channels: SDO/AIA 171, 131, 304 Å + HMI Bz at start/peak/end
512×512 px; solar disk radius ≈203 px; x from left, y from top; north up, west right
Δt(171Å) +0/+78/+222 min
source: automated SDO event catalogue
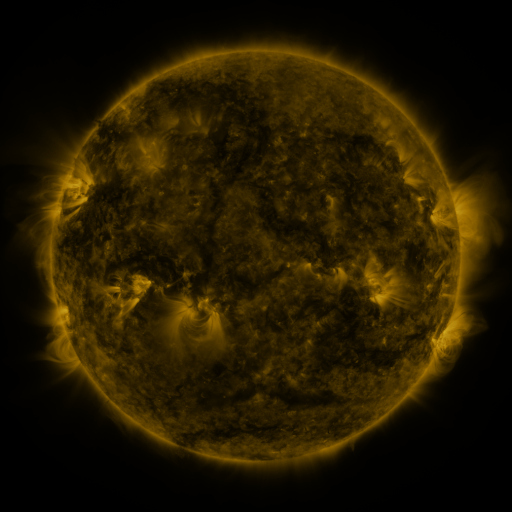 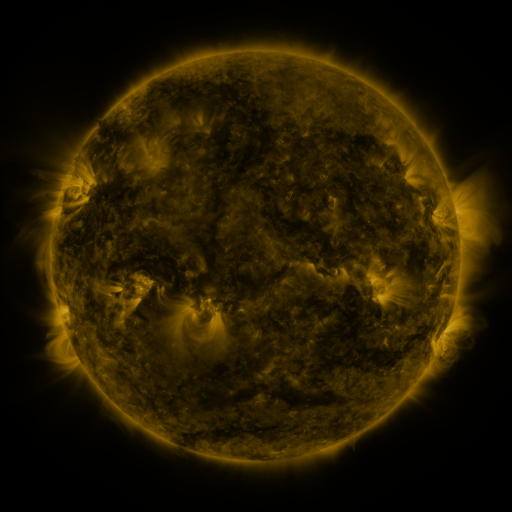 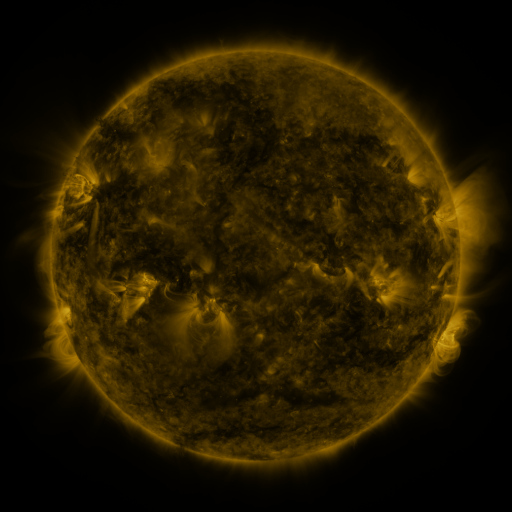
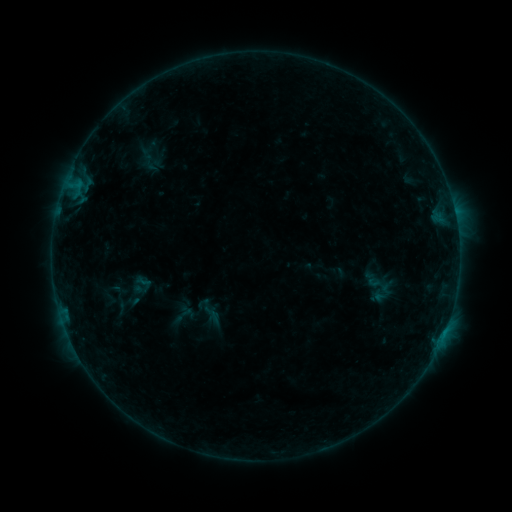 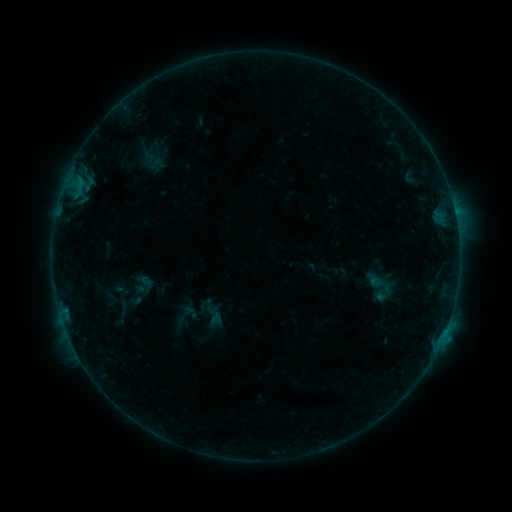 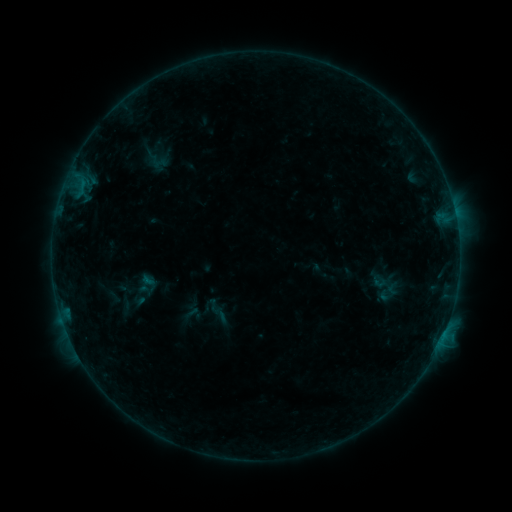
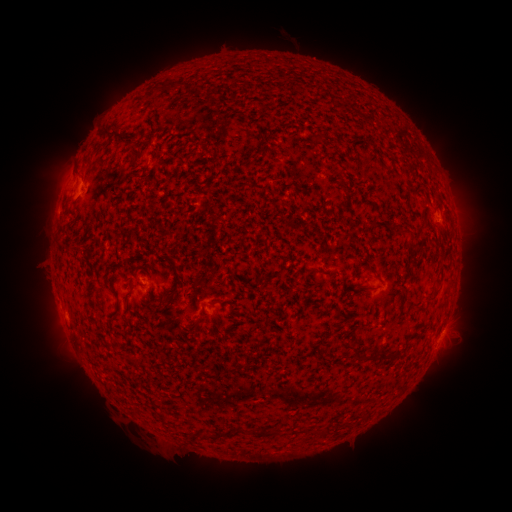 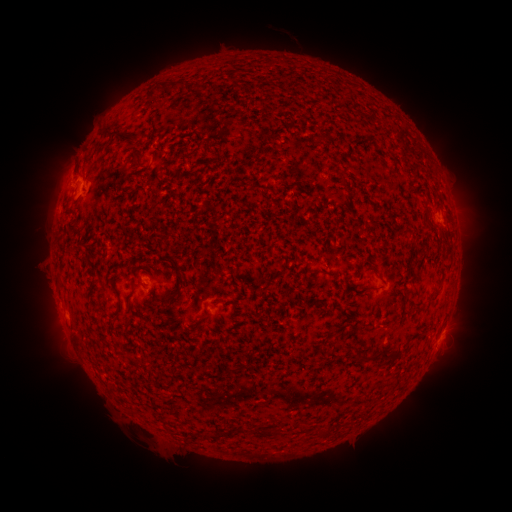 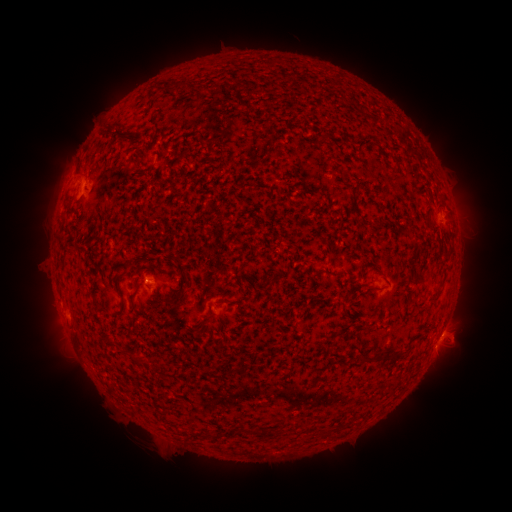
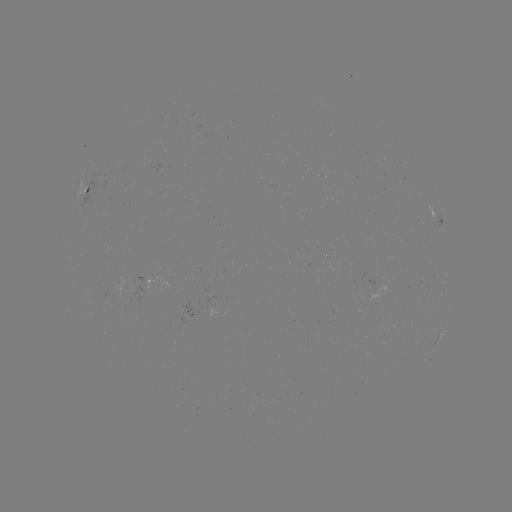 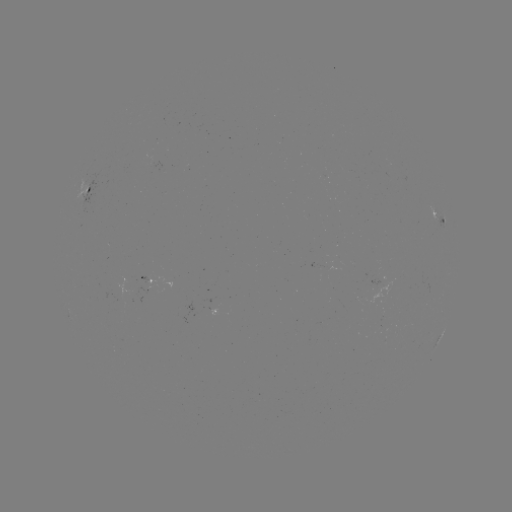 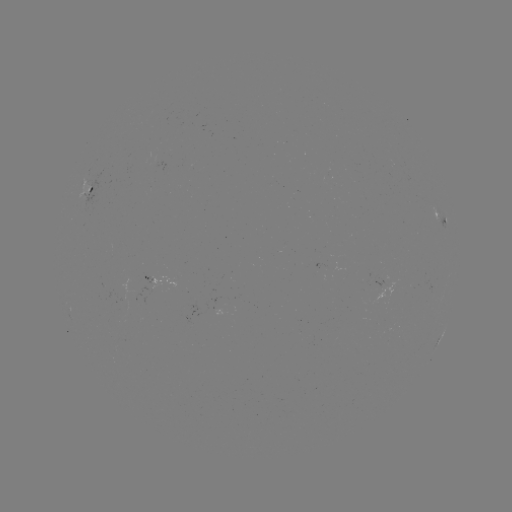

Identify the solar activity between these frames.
B4.1 flare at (442, 333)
